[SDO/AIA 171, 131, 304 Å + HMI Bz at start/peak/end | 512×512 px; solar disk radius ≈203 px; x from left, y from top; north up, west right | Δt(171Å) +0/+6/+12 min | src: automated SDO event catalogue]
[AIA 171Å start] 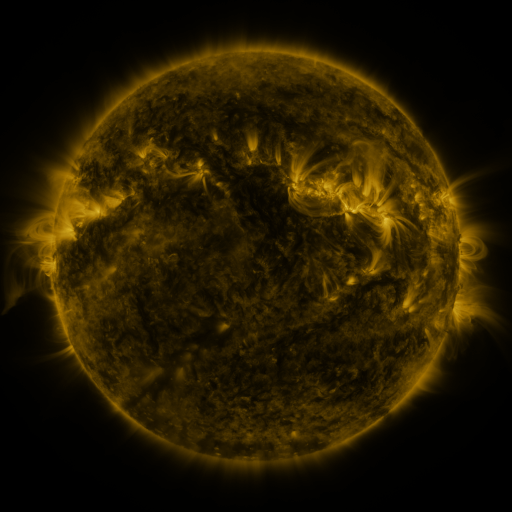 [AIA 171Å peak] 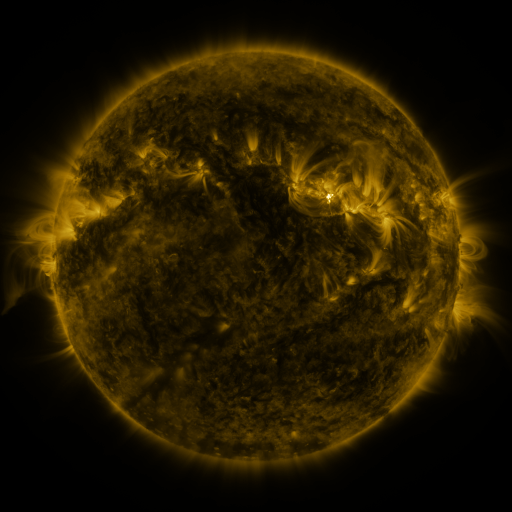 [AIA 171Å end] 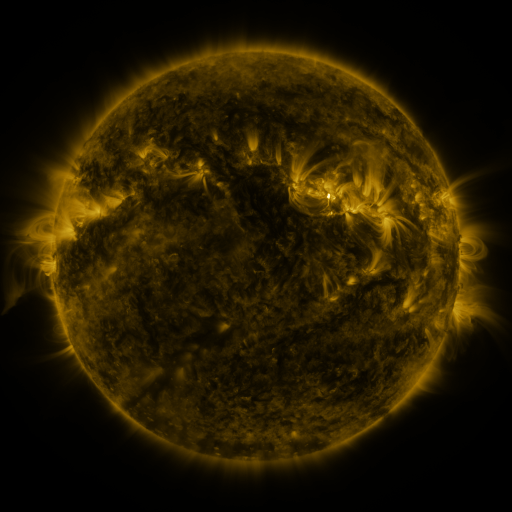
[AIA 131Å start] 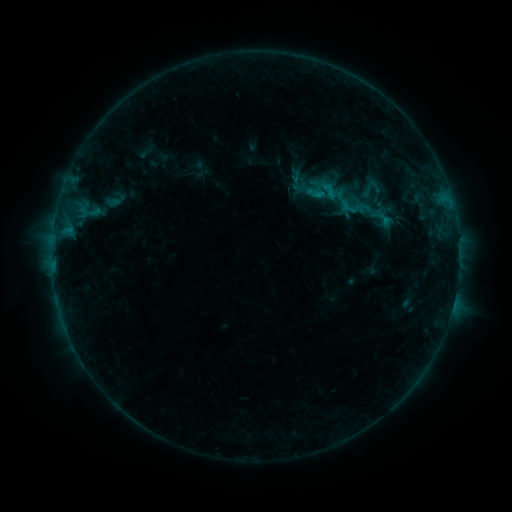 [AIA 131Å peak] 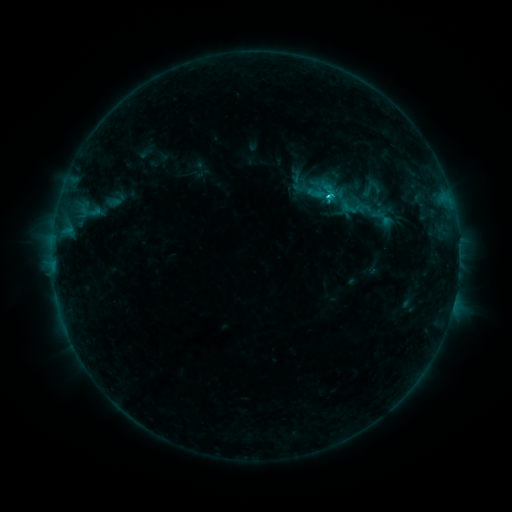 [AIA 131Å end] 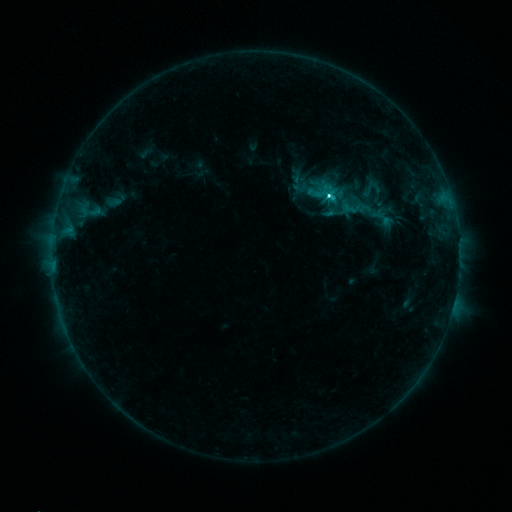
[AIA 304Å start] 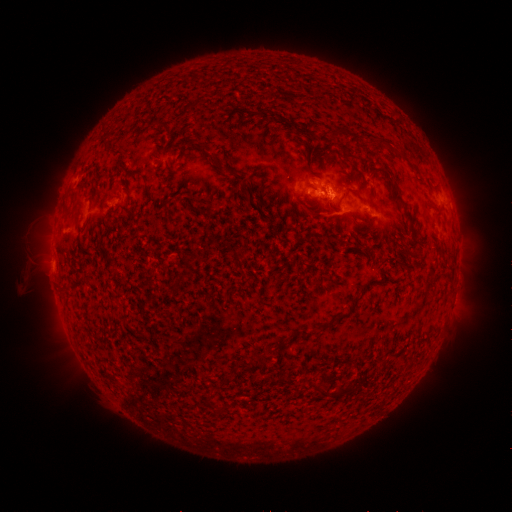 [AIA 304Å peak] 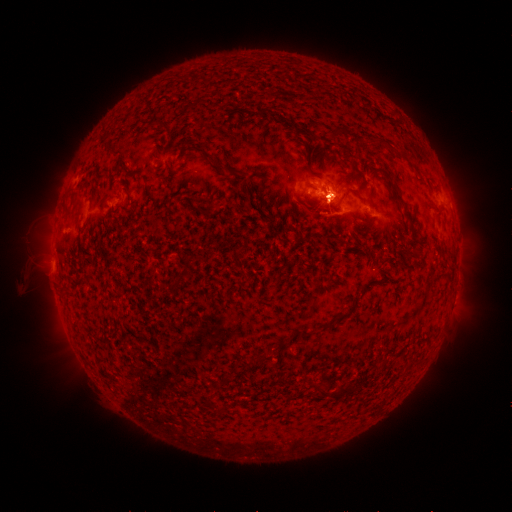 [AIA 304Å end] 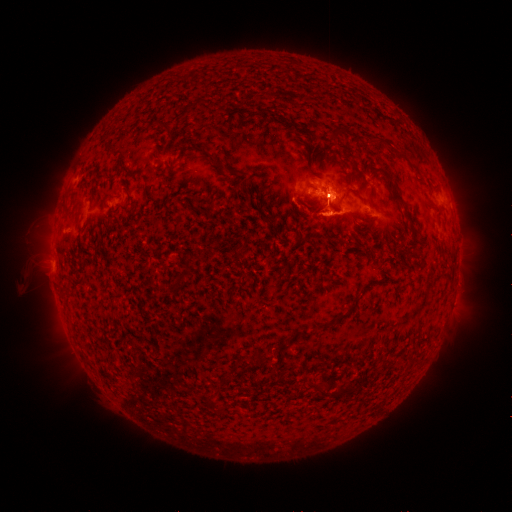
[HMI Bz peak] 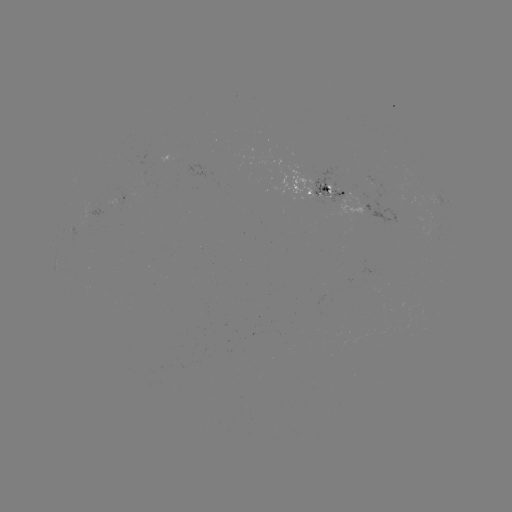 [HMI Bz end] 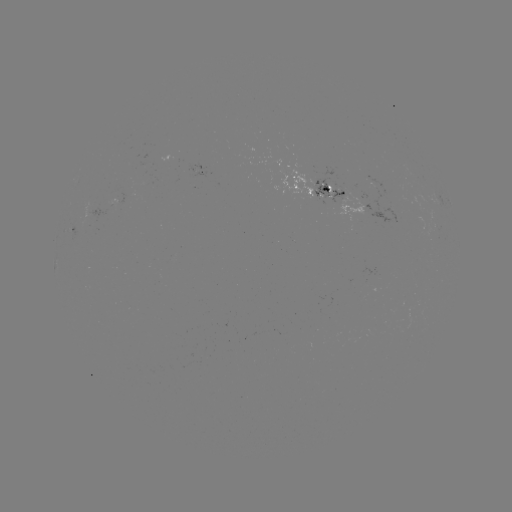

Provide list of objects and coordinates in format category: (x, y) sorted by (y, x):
C3.0 flare: (328, 198)
